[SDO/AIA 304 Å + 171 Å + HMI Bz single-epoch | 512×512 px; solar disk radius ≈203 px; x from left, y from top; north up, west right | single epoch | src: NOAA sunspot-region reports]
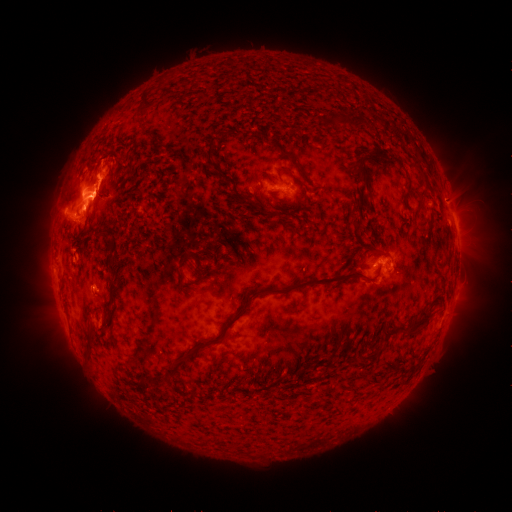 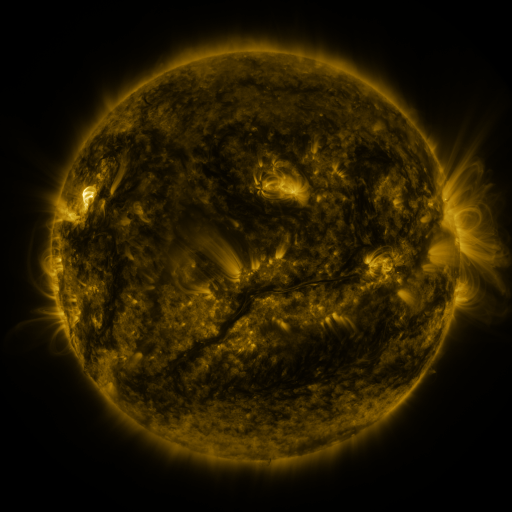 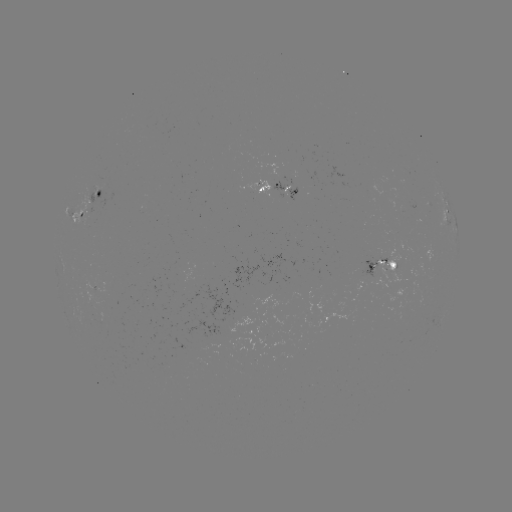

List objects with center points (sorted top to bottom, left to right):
spotted active region: (276, 184)
spotted active region: (102, 192)
spotted active region: (455, 221)
spotted active region: (386, 262)
